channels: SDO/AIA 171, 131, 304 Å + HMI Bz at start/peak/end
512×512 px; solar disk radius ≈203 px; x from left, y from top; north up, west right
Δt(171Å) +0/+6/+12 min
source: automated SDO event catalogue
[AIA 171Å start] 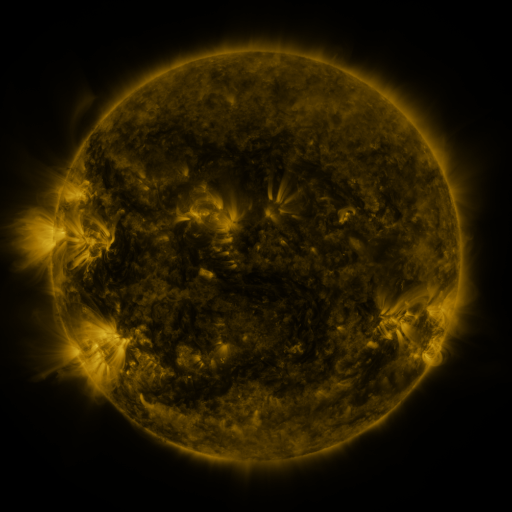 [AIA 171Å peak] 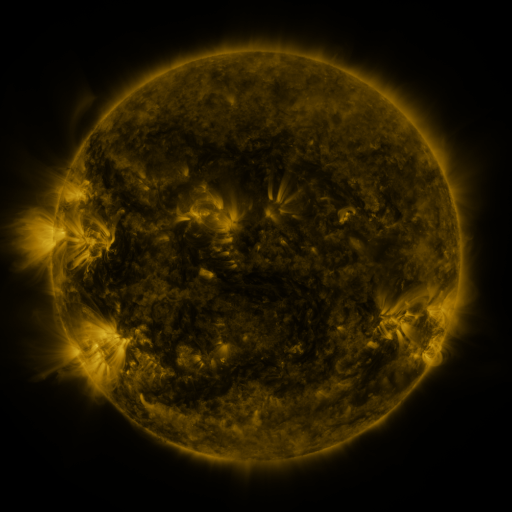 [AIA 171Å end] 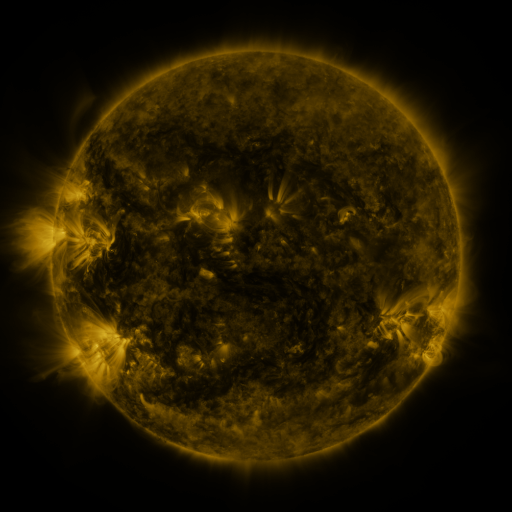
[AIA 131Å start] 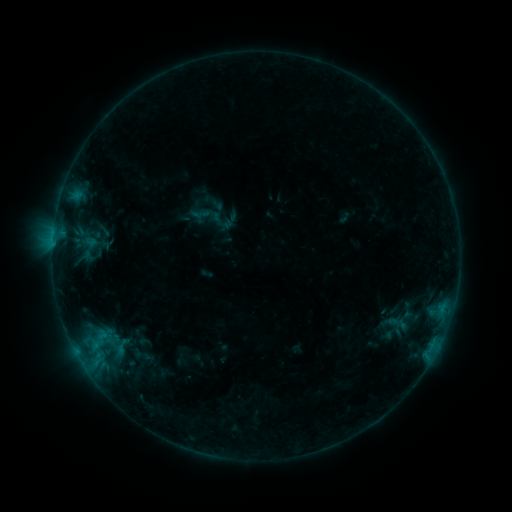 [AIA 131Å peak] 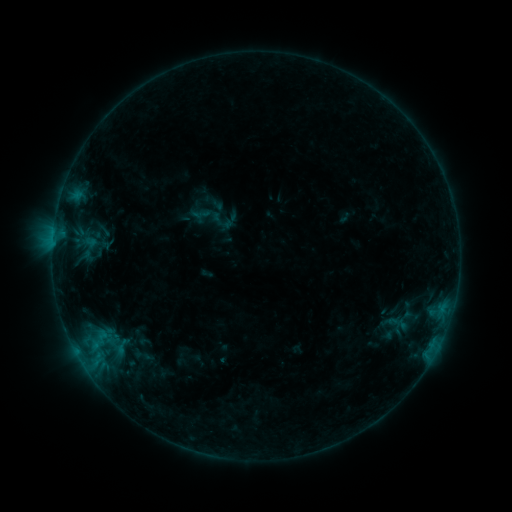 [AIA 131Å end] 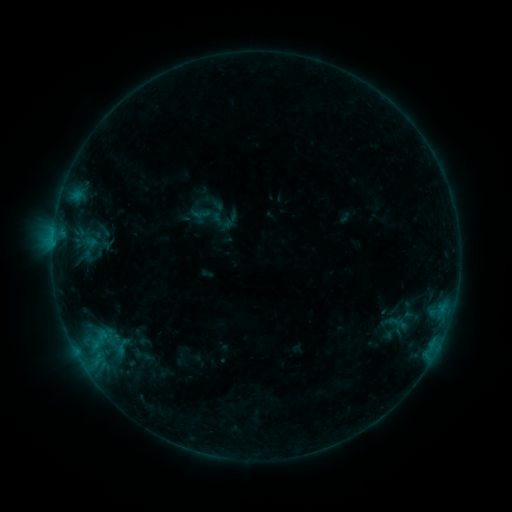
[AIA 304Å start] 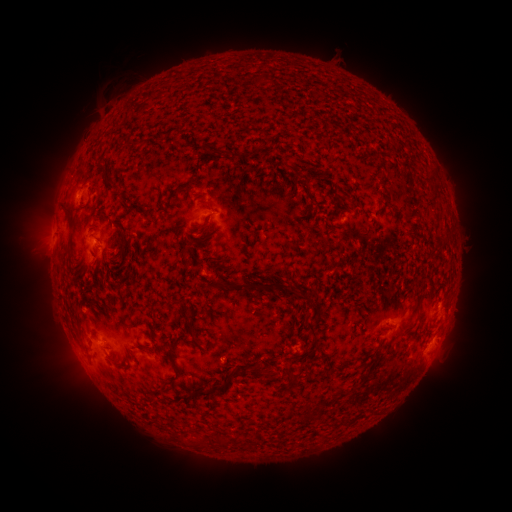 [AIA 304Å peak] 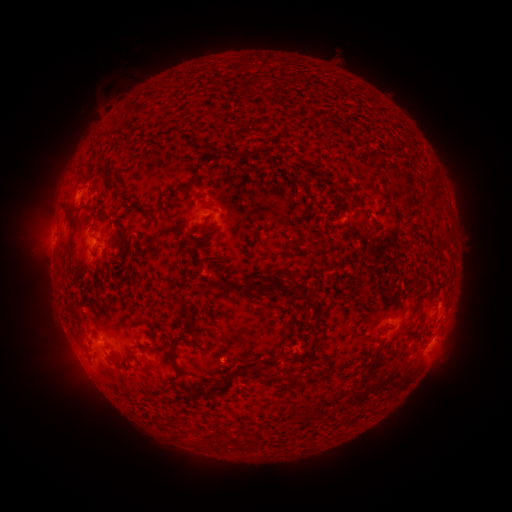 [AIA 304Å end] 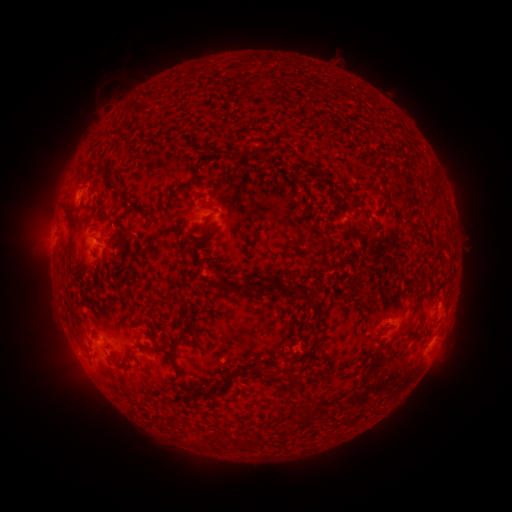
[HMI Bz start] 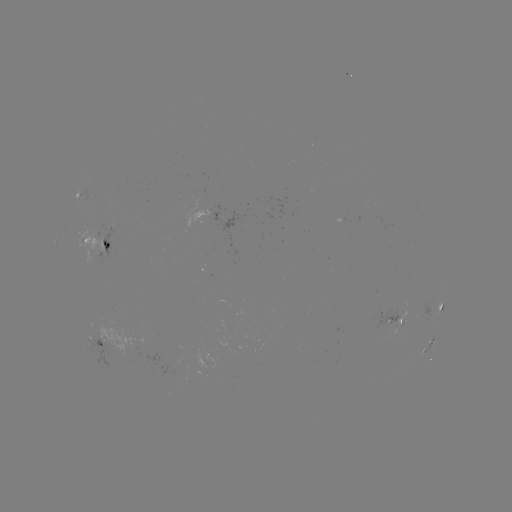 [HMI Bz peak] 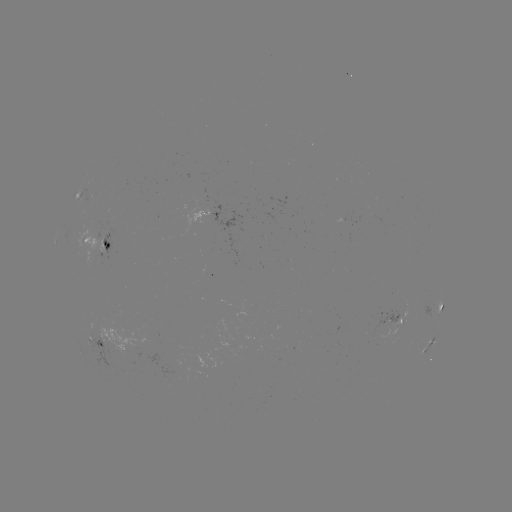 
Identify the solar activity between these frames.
no classed flare was catalogued and no EUV brightening was flagged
